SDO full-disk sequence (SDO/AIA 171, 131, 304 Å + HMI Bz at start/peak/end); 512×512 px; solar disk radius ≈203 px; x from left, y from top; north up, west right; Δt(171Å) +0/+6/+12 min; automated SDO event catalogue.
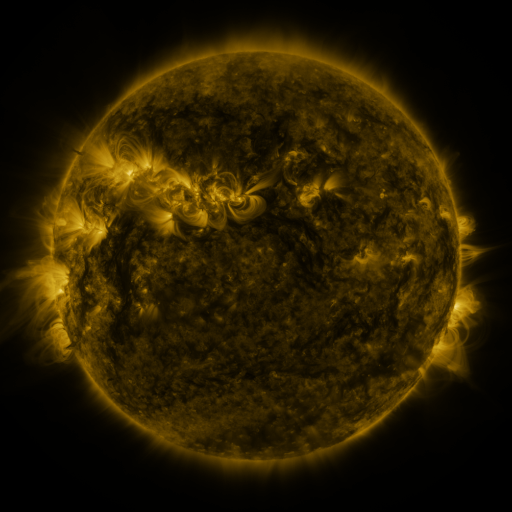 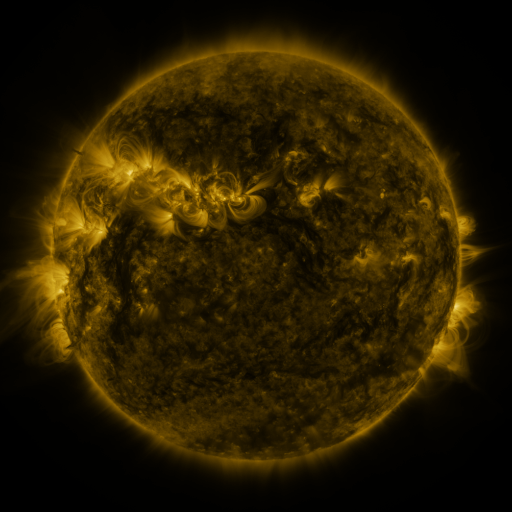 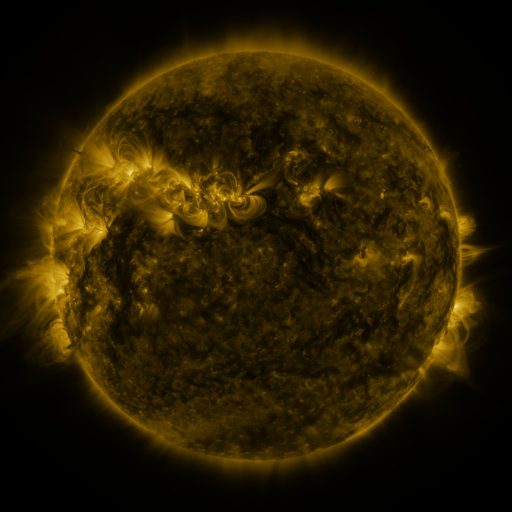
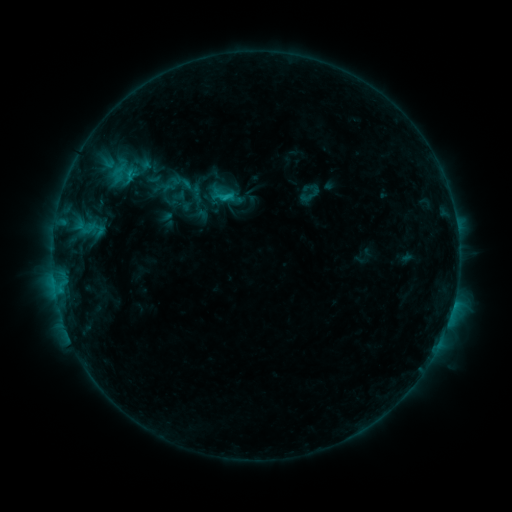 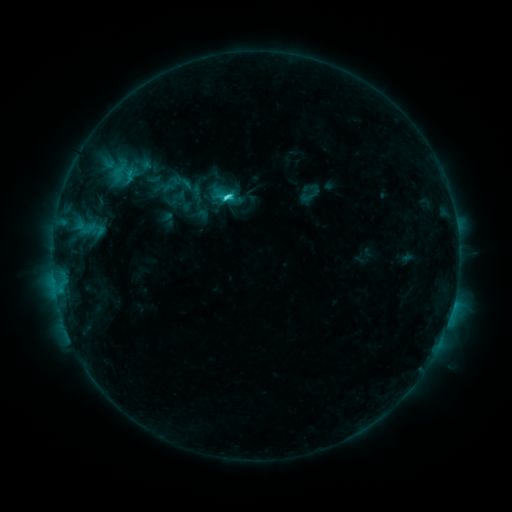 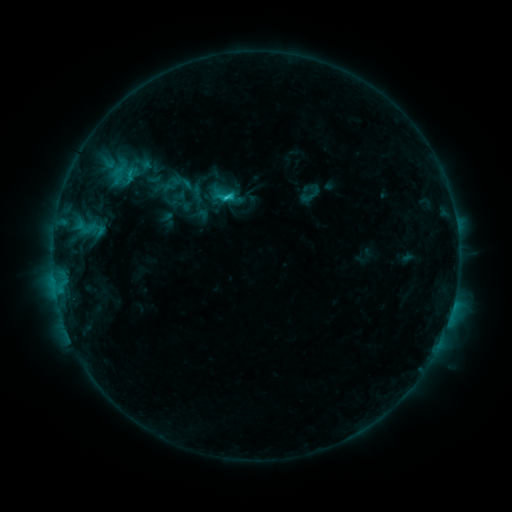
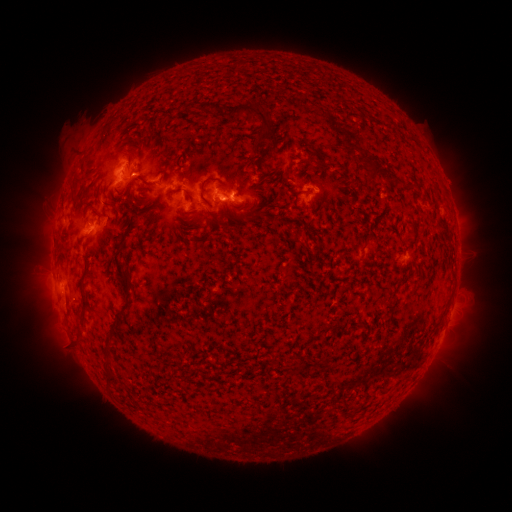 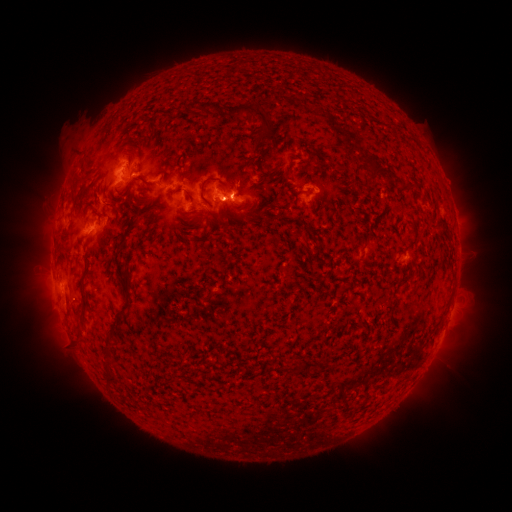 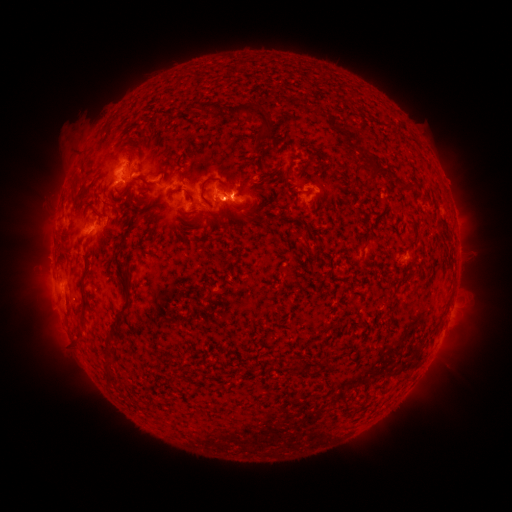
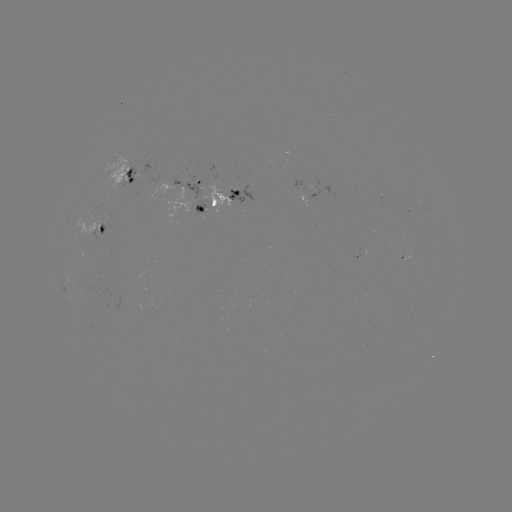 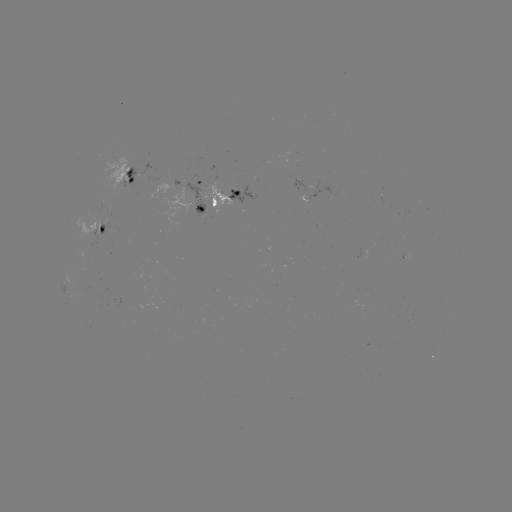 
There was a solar flare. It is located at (228, 201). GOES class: C2.3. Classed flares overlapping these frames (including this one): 1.